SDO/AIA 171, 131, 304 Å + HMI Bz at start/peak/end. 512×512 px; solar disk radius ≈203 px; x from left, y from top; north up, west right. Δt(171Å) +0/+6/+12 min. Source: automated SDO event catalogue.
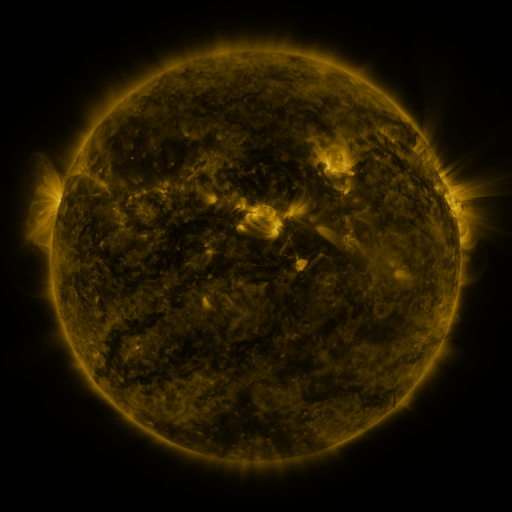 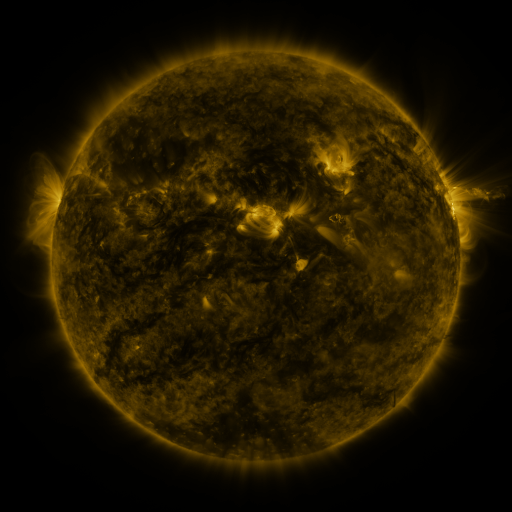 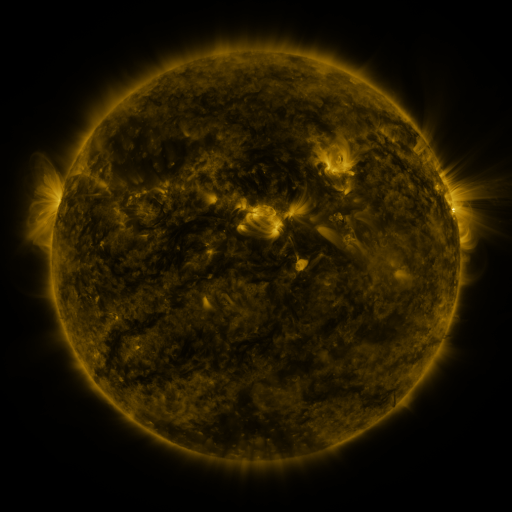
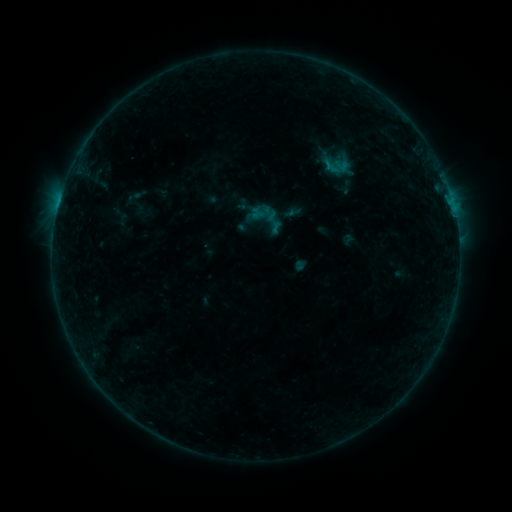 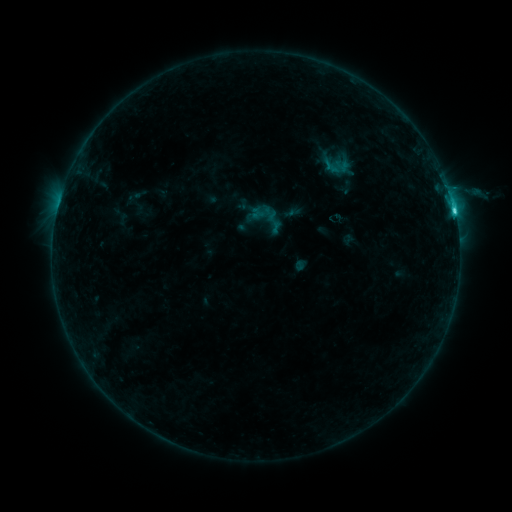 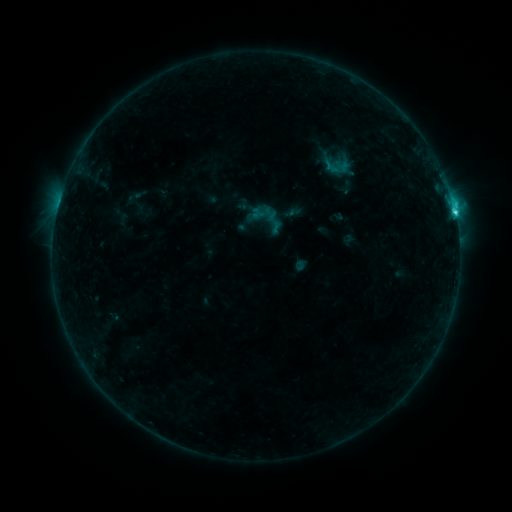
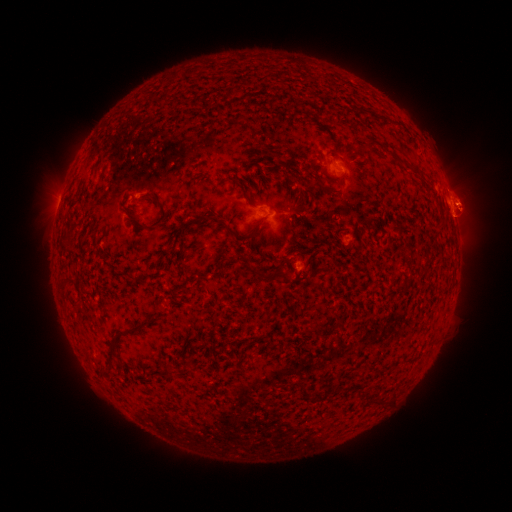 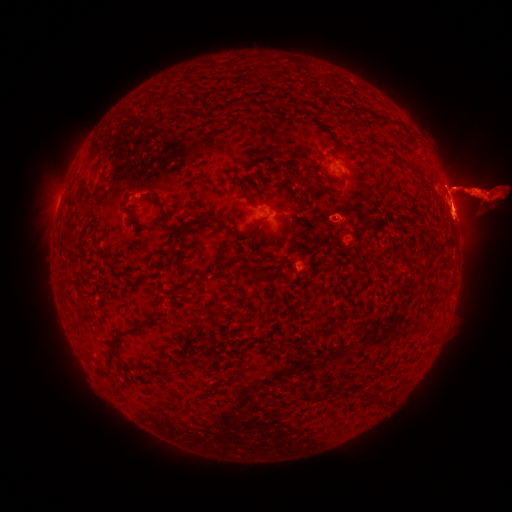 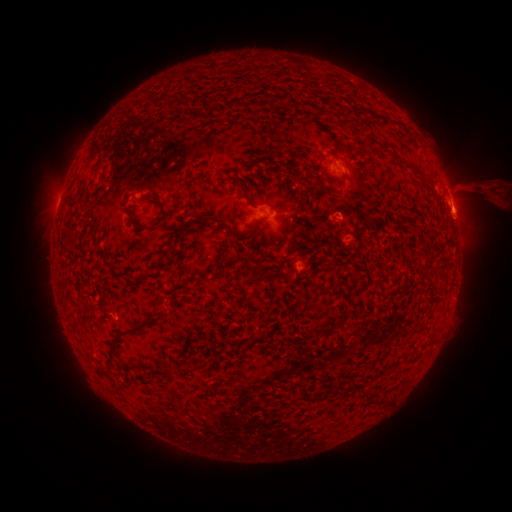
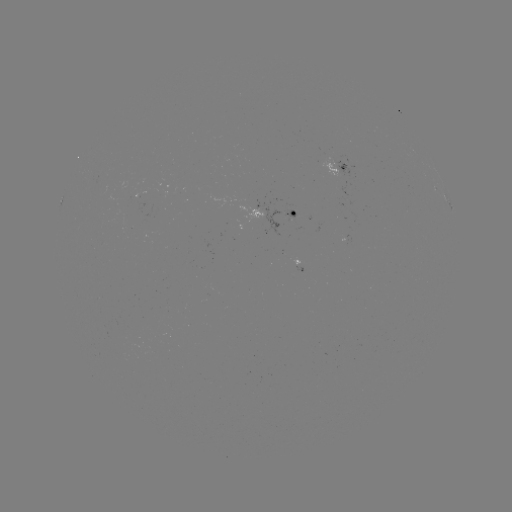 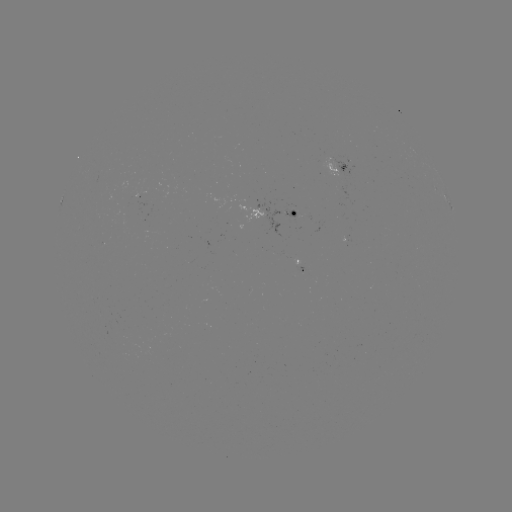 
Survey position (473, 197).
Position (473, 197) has eruption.